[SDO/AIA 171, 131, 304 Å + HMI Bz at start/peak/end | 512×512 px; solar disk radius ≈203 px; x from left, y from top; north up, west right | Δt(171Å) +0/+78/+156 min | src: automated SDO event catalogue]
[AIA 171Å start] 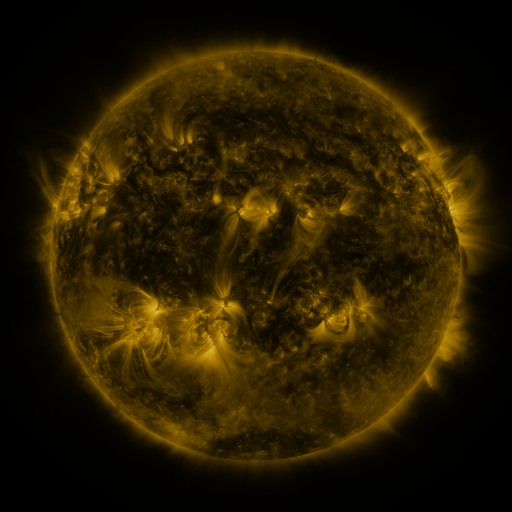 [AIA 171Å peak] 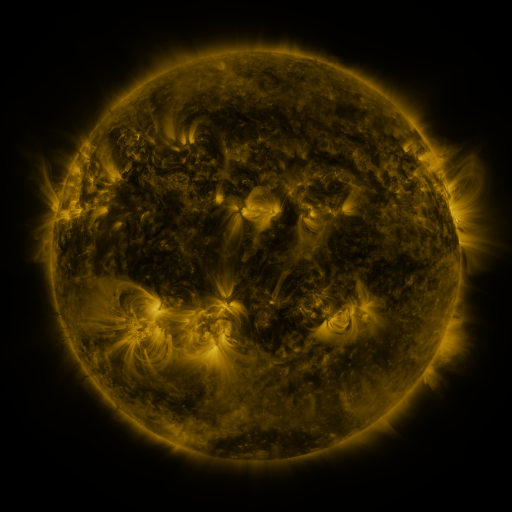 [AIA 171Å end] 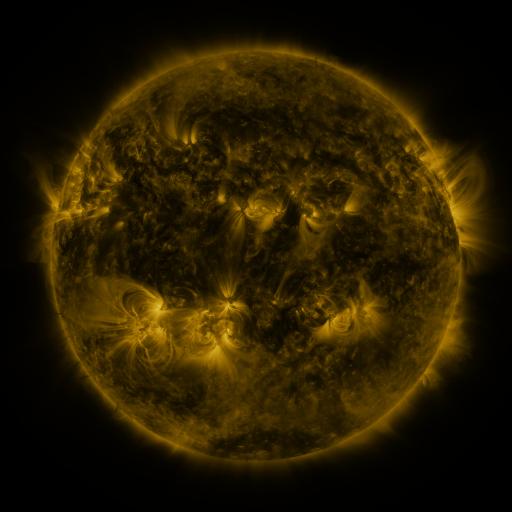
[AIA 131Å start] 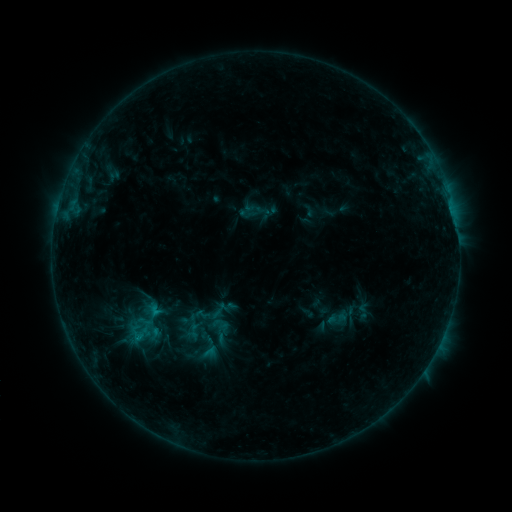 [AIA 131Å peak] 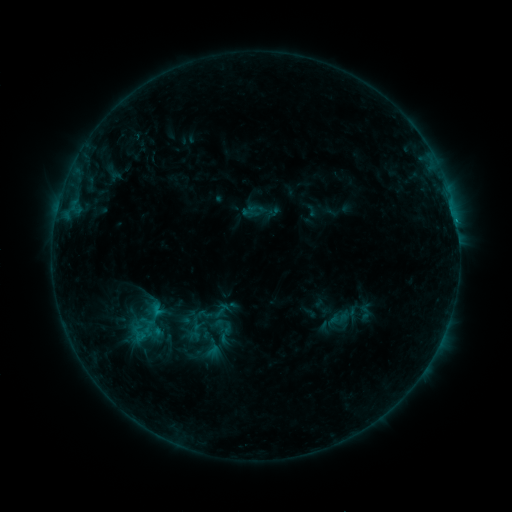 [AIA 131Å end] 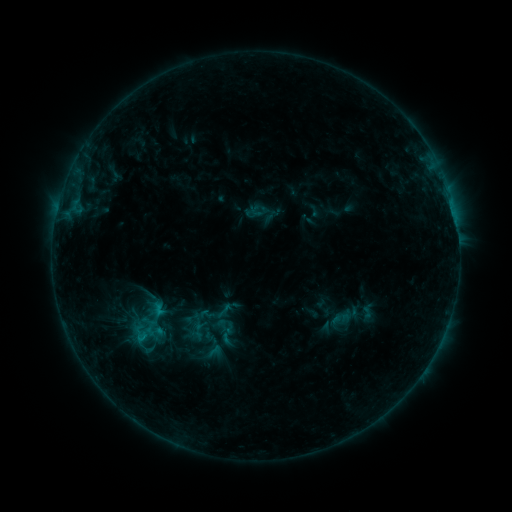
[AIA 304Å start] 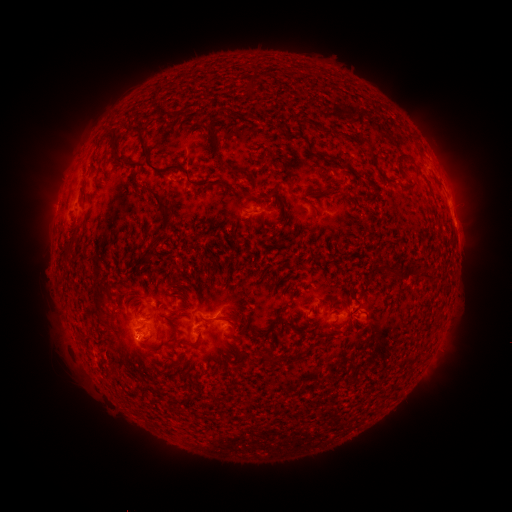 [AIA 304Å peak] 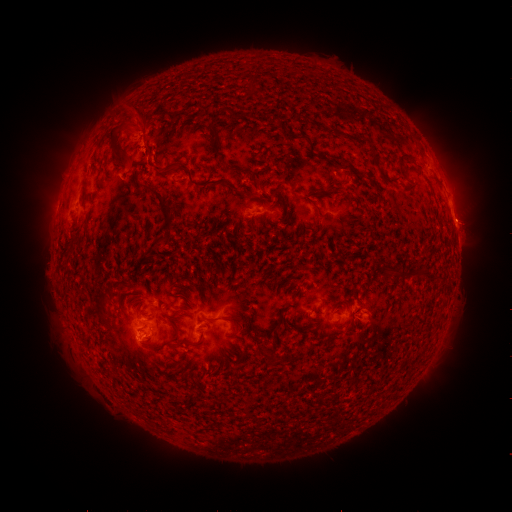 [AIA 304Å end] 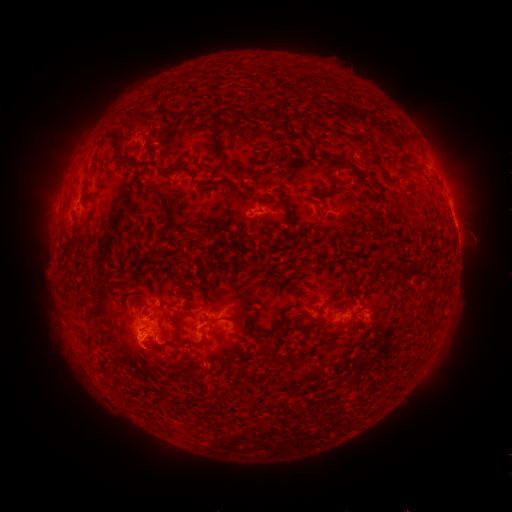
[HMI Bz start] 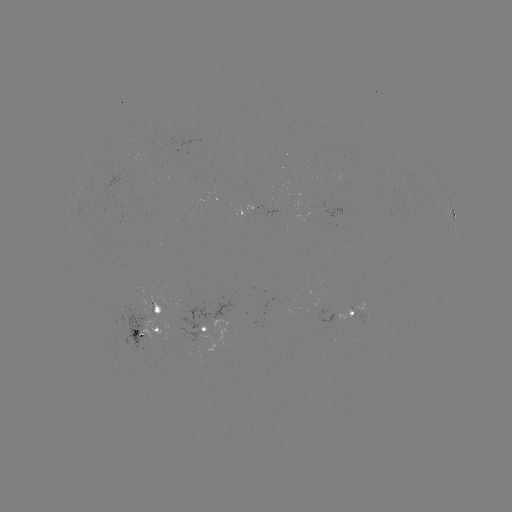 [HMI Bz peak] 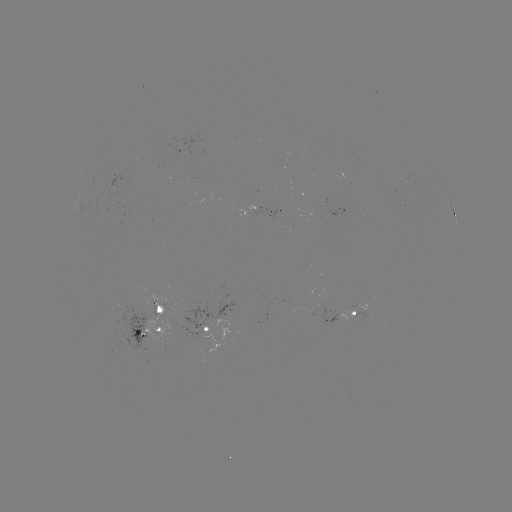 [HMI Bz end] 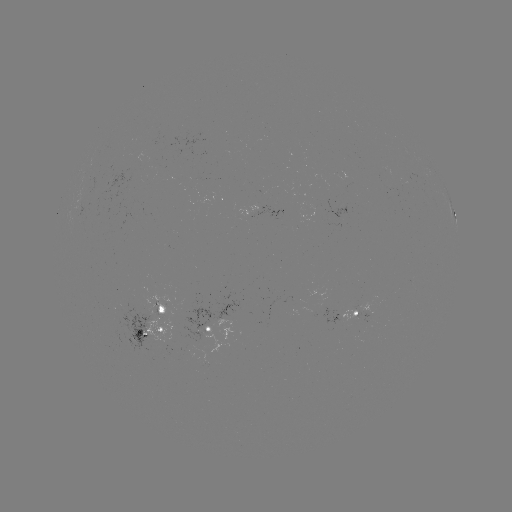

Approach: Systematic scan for filament eruption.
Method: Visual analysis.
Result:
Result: filament eruption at (152, 144).